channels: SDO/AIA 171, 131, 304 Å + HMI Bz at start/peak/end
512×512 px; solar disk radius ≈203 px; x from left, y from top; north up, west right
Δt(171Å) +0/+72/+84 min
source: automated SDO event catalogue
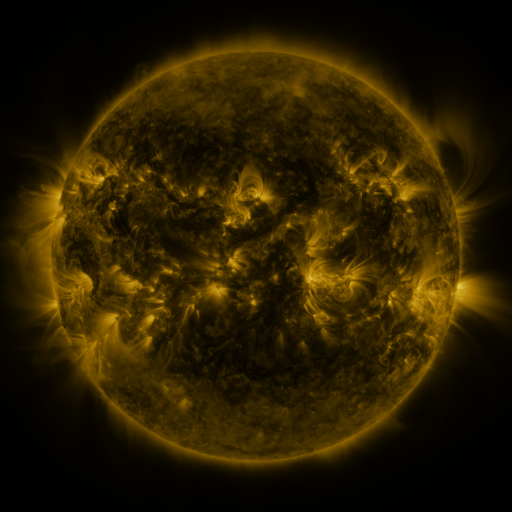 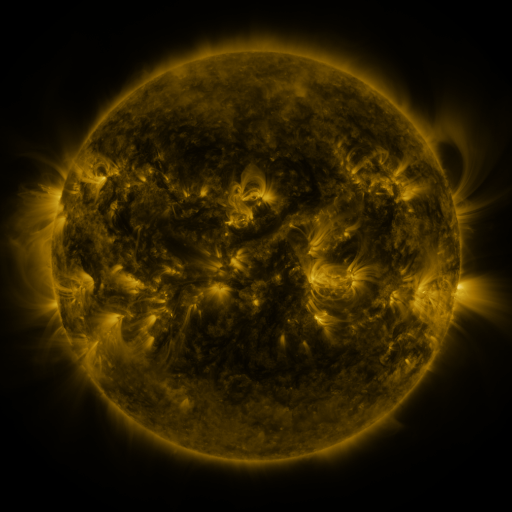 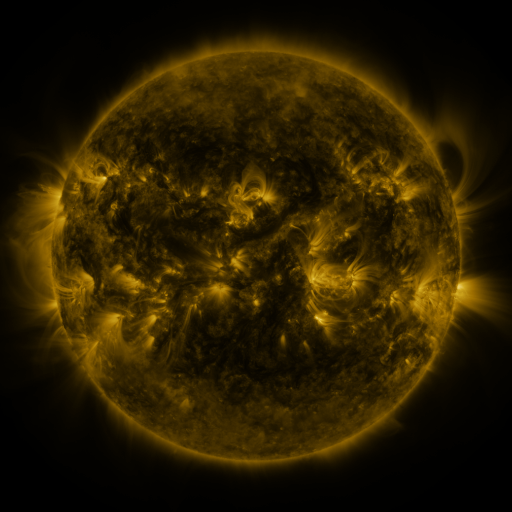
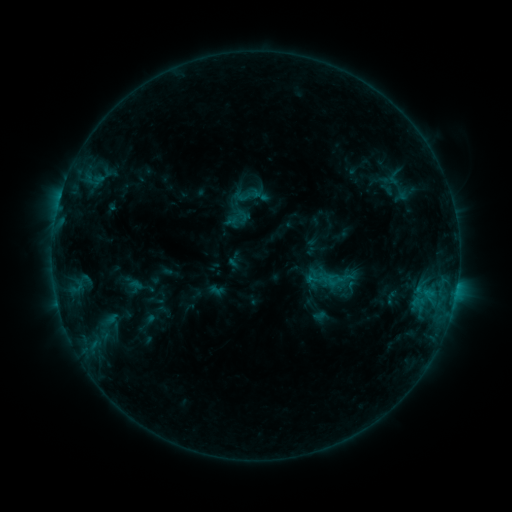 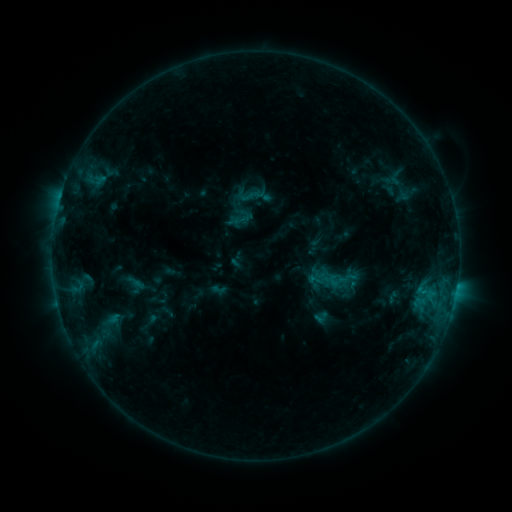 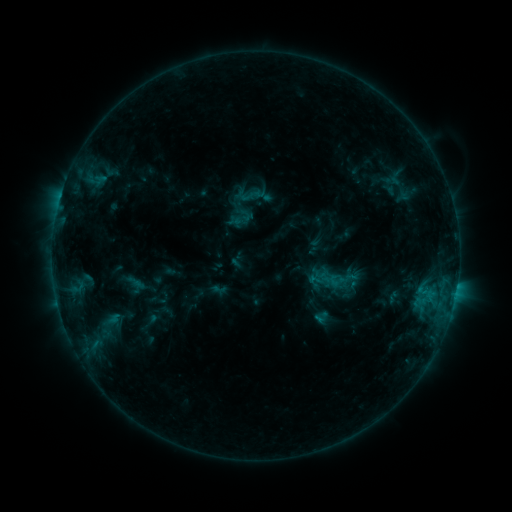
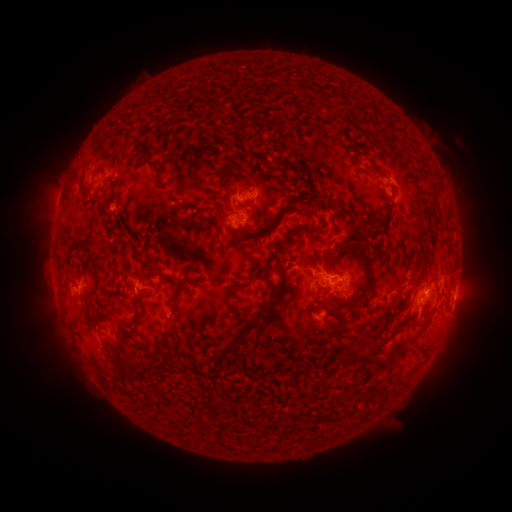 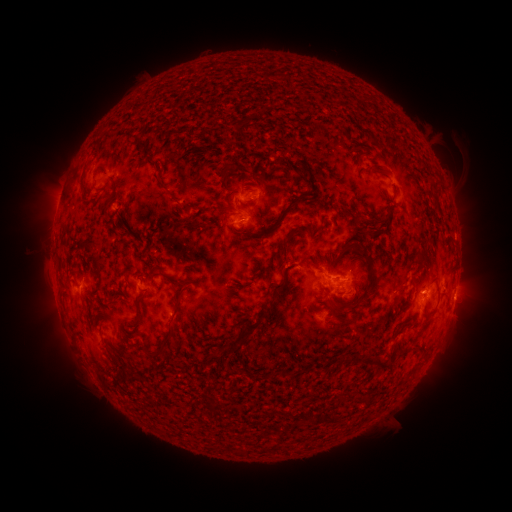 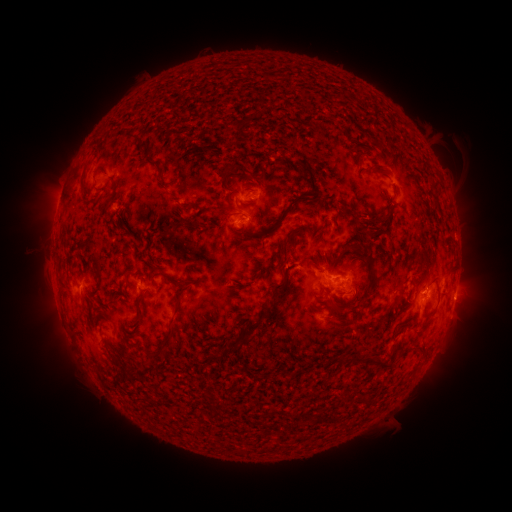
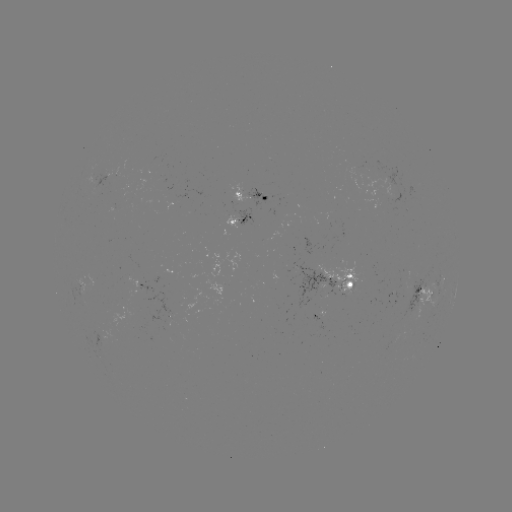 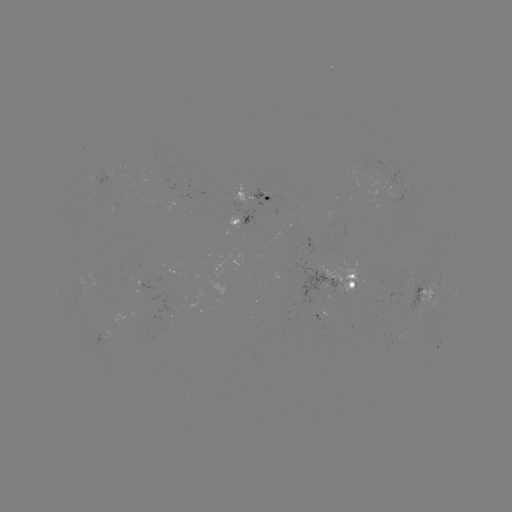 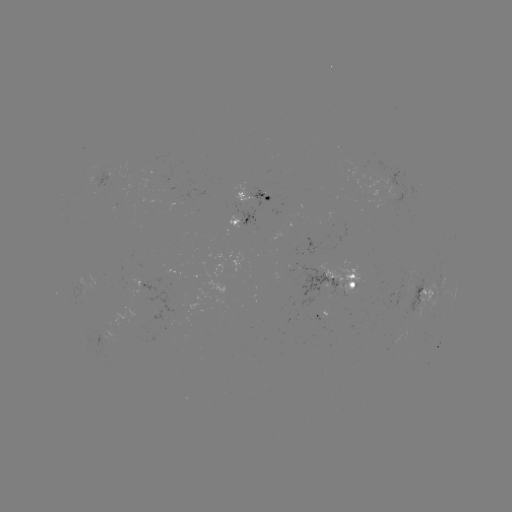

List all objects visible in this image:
emerging-flux region: (232, 218)
